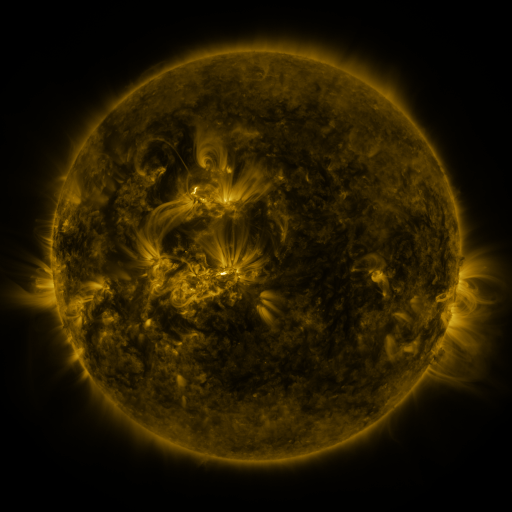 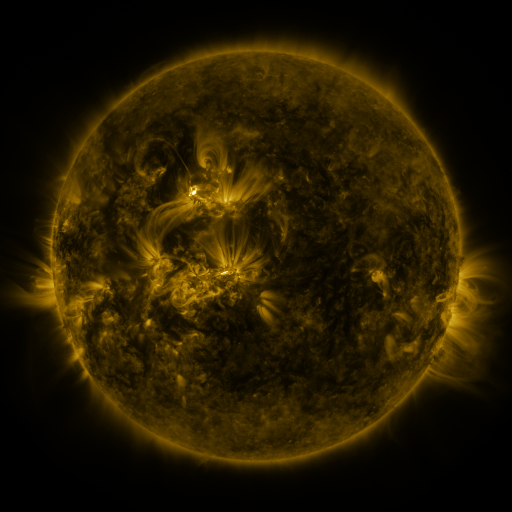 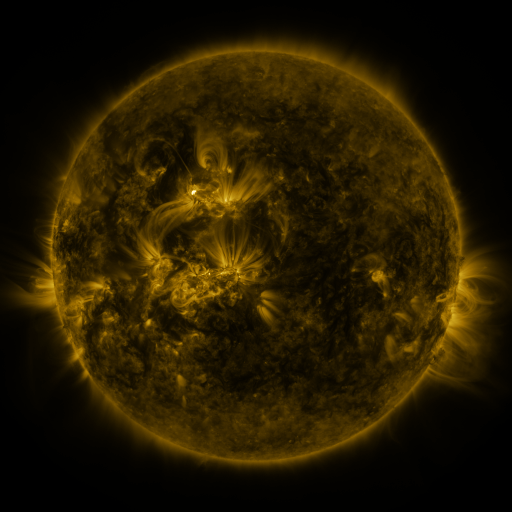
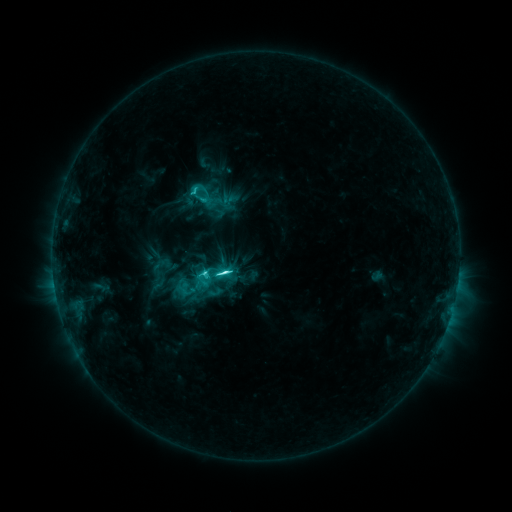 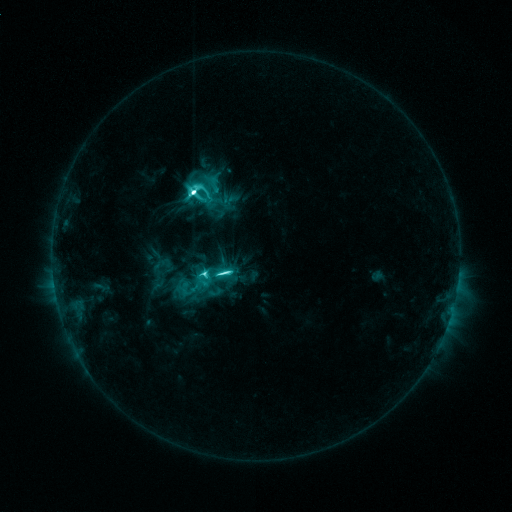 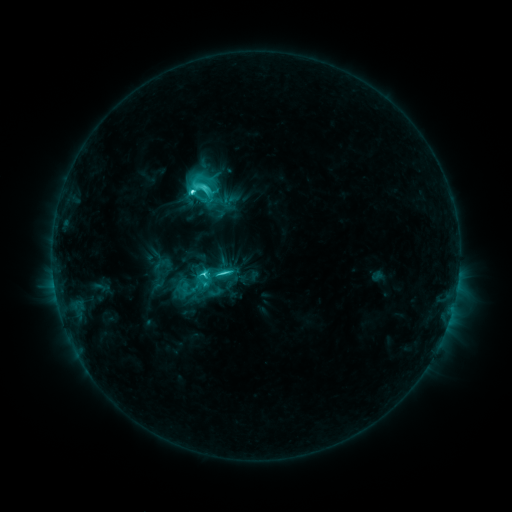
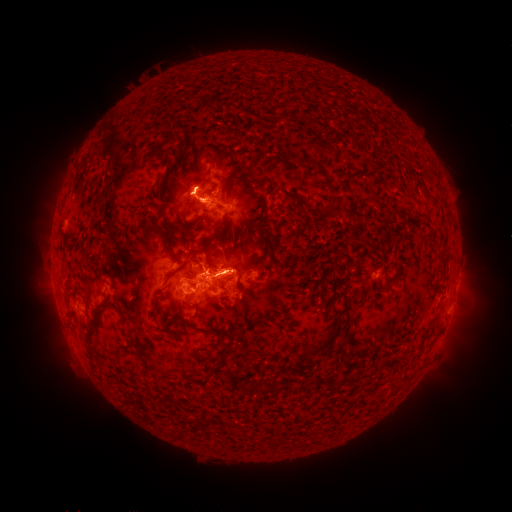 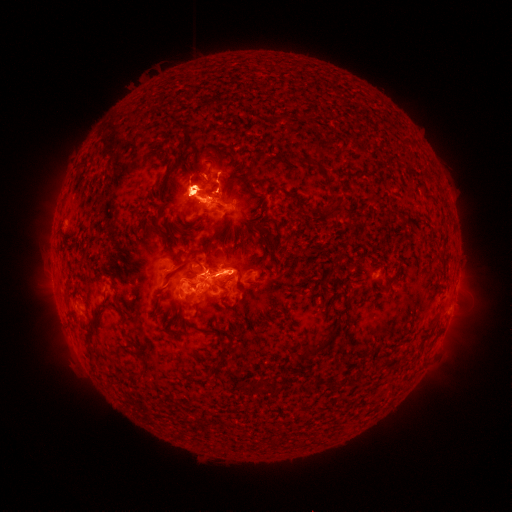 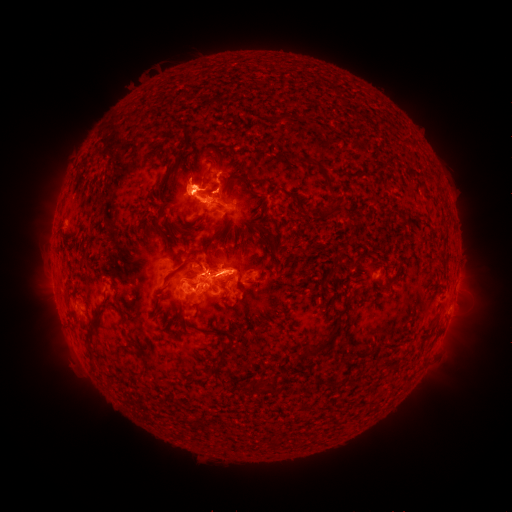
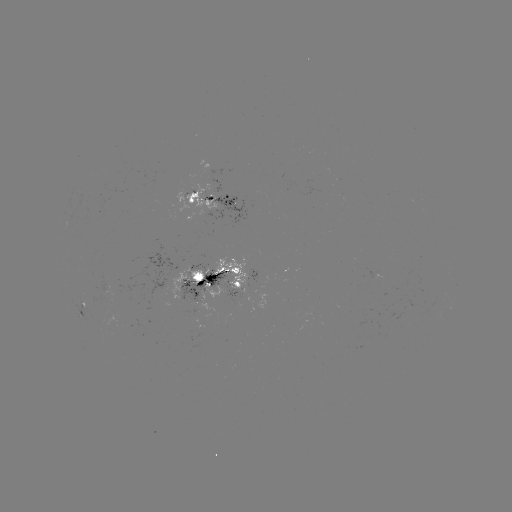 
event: eruption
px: (468, 316)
